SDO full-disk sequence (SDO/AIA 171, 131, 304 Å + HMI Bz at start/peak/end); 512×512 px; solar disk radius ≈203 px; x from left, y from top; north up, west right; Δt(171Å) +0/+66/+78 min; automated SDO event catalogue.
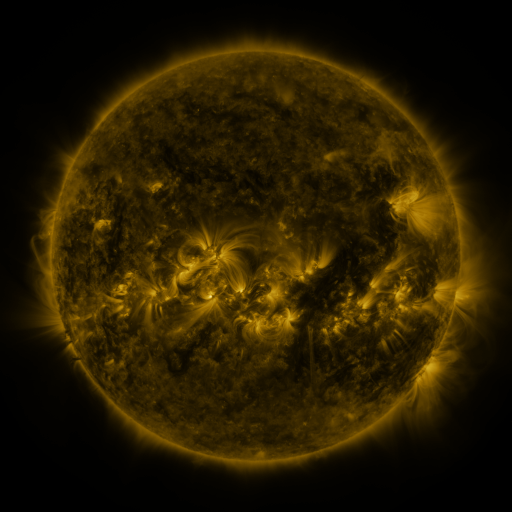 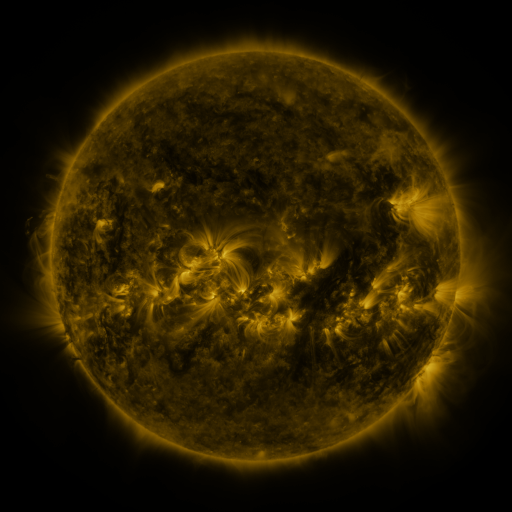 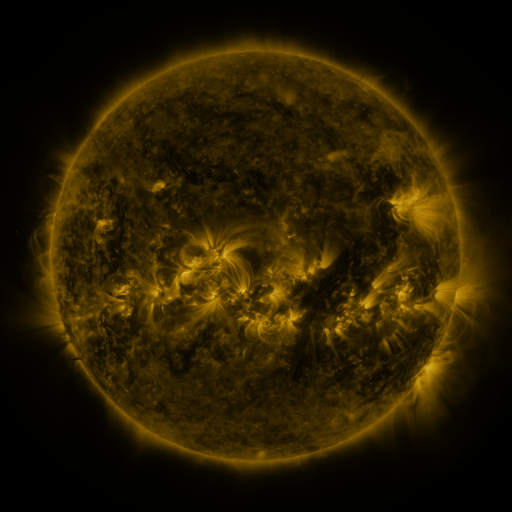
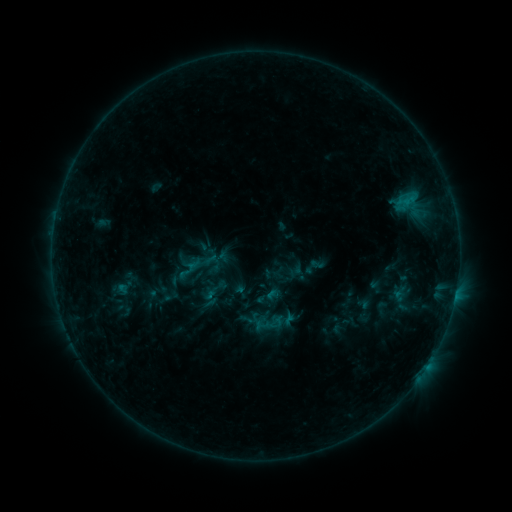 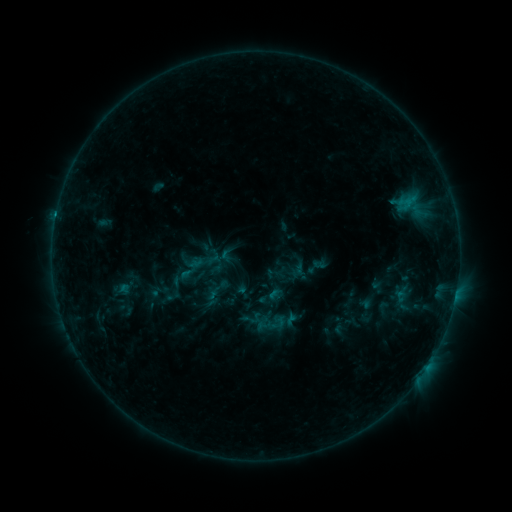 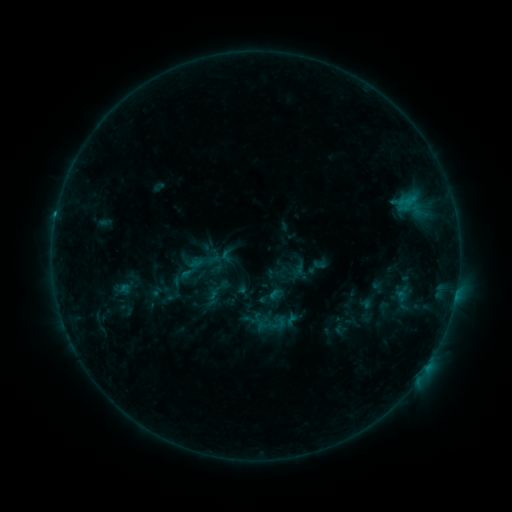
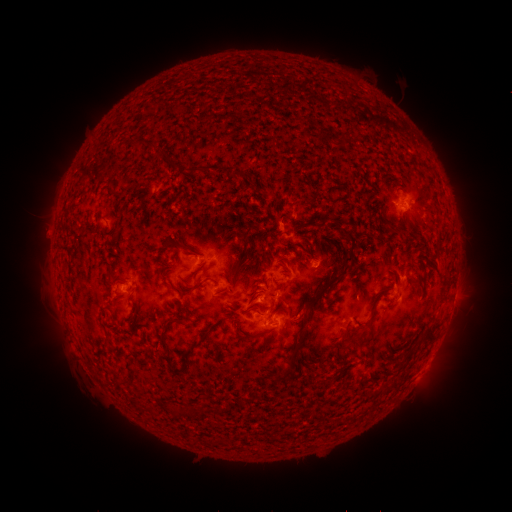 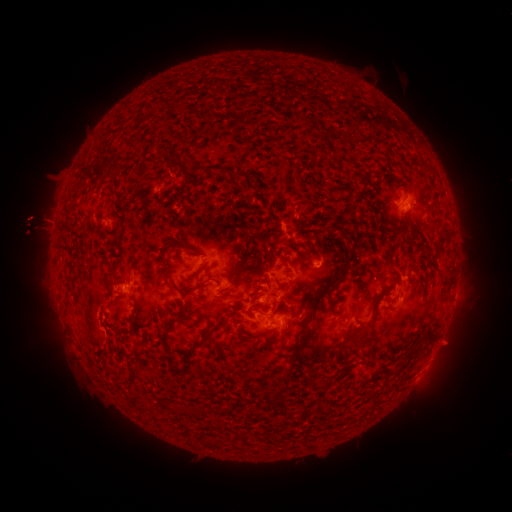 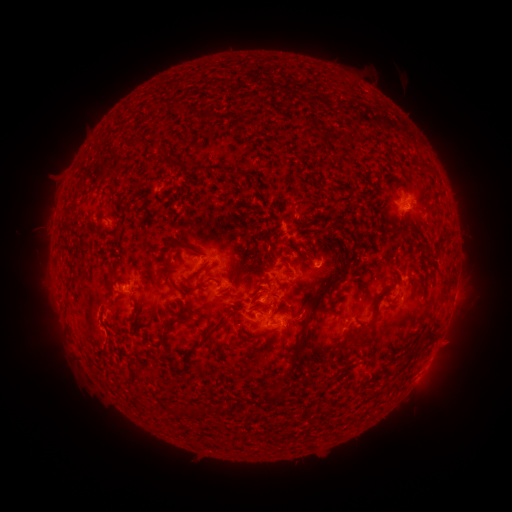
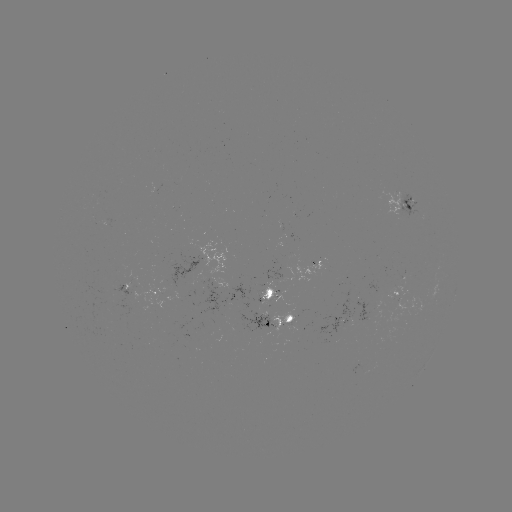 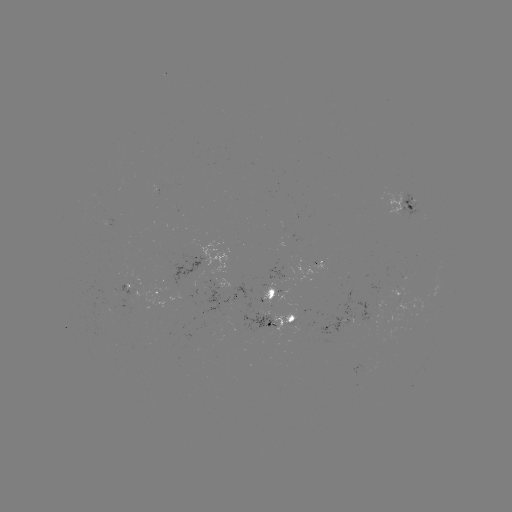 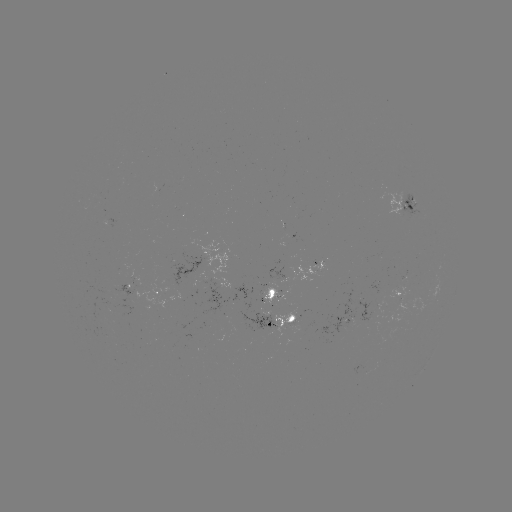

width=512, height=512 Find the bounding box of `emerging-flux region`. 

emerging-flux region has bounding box [273, 312, 298, 340].